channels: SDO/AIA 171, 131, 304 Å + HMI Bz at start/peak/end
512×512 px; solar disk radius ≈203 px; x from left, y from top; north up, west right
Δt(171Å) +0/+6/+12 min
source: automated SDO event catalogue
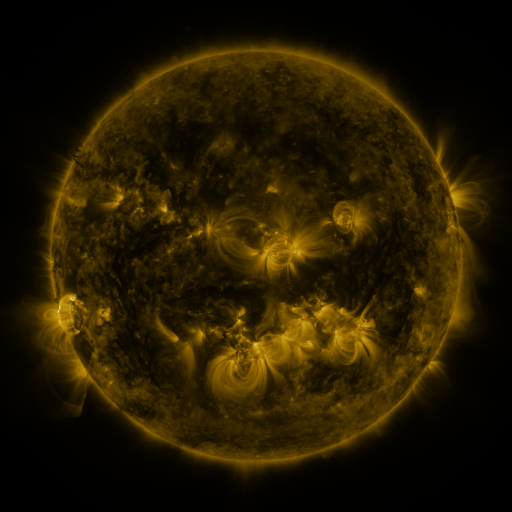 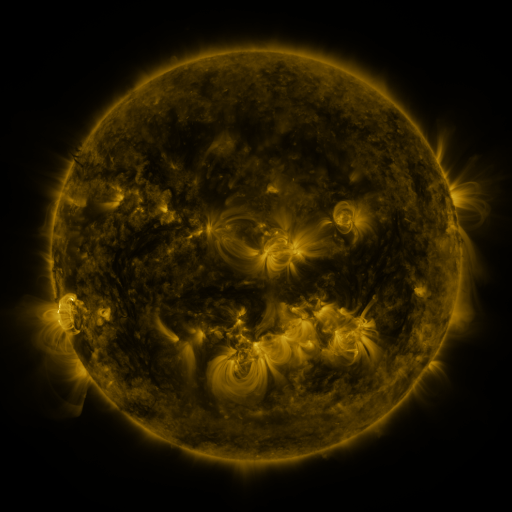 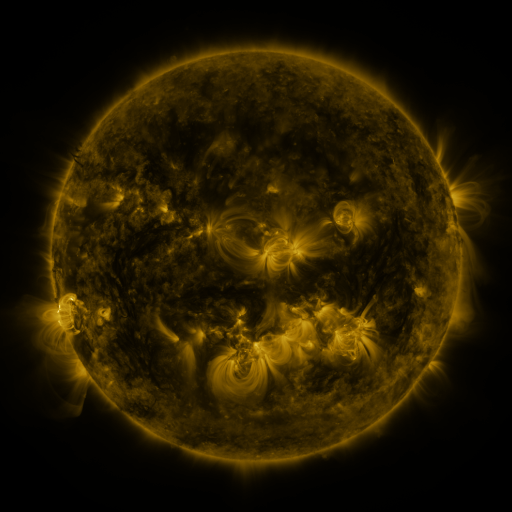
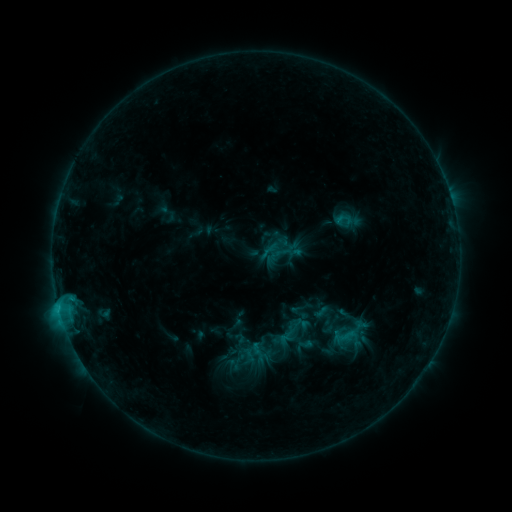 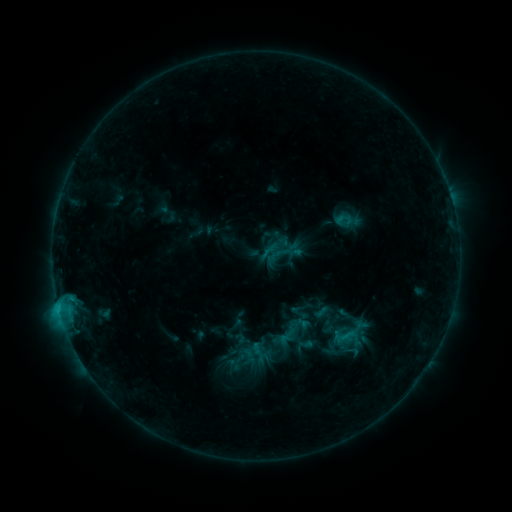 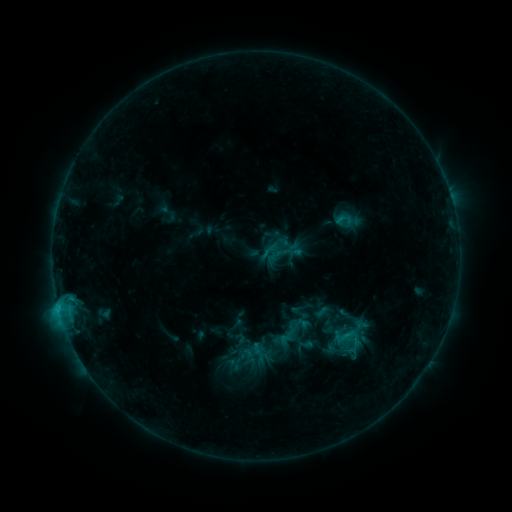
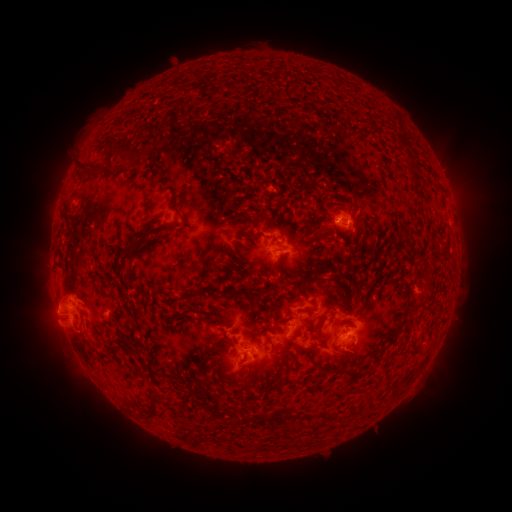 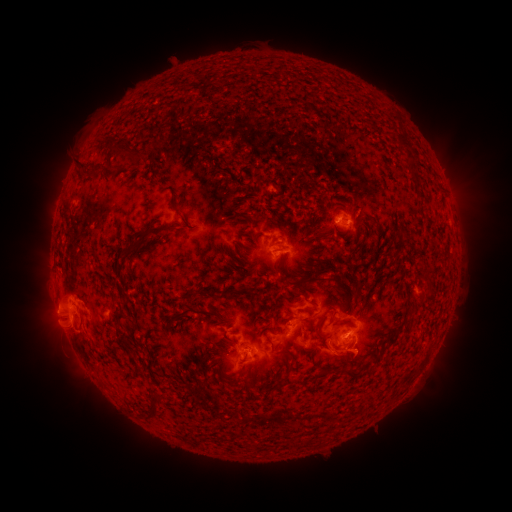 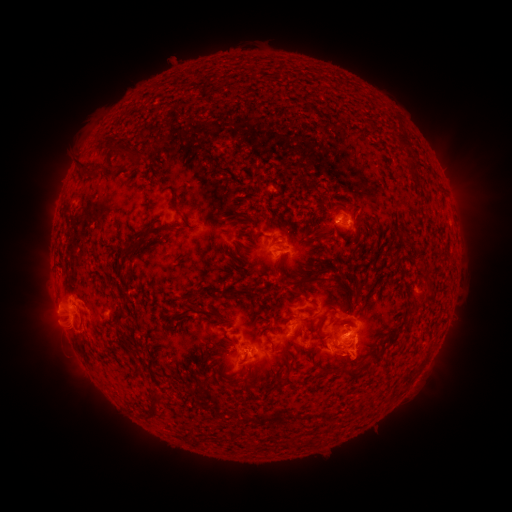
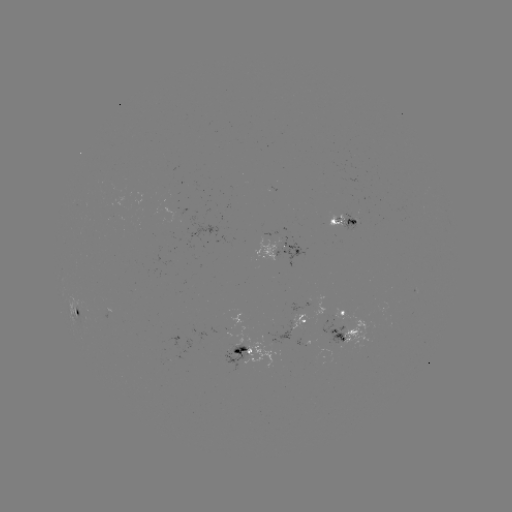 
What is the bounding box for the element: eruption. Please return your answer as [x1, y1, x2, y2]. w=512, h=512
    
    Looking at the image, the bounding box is [310, 333, 387, 382].